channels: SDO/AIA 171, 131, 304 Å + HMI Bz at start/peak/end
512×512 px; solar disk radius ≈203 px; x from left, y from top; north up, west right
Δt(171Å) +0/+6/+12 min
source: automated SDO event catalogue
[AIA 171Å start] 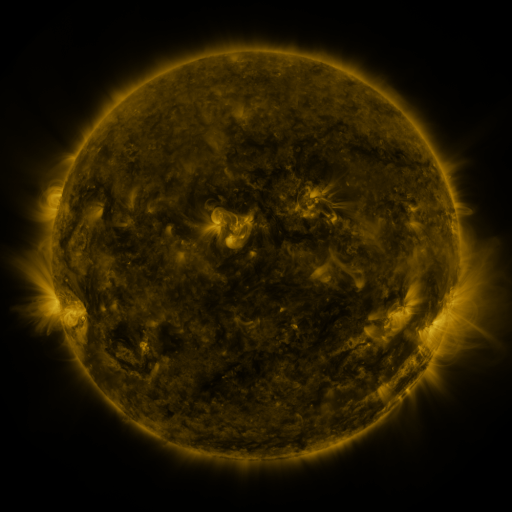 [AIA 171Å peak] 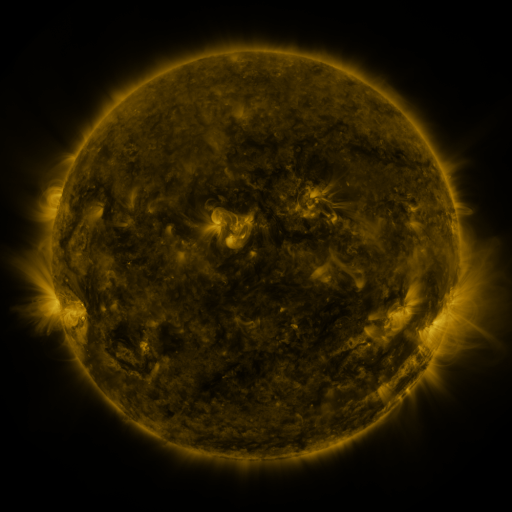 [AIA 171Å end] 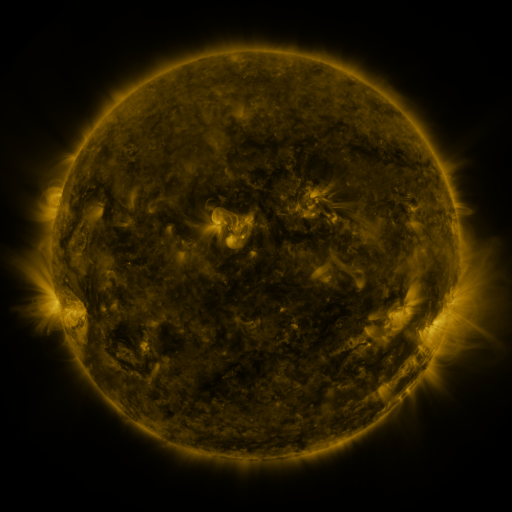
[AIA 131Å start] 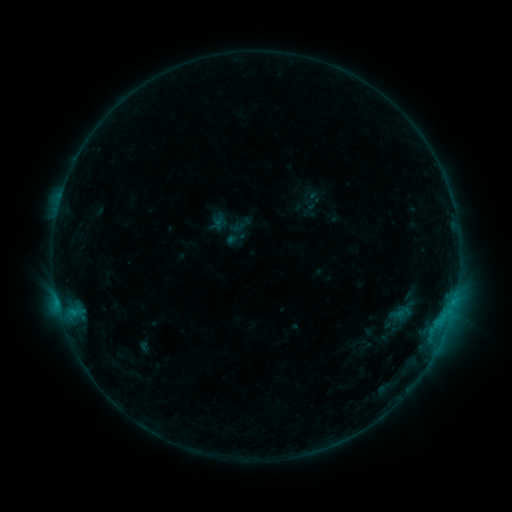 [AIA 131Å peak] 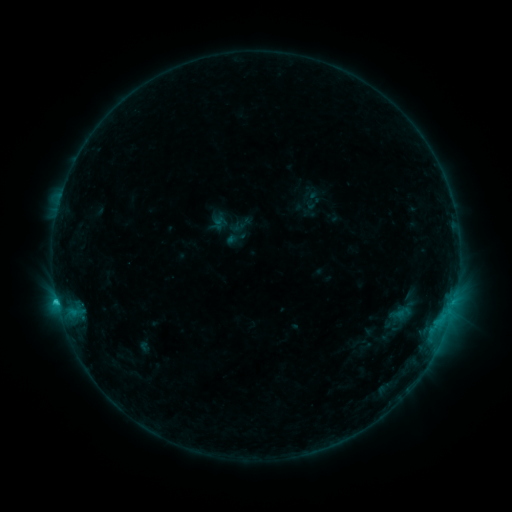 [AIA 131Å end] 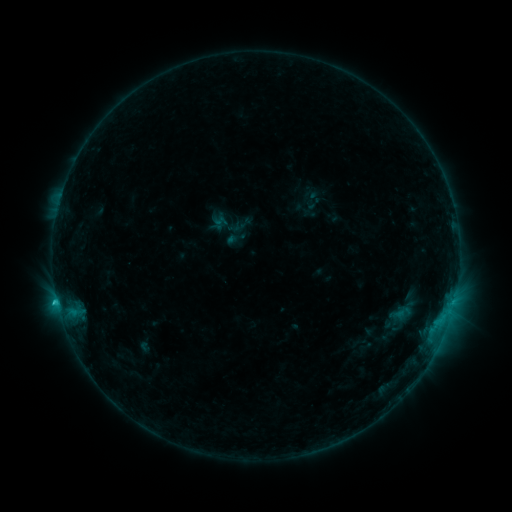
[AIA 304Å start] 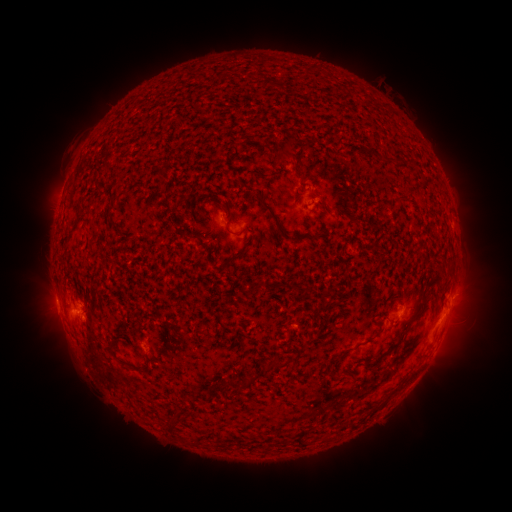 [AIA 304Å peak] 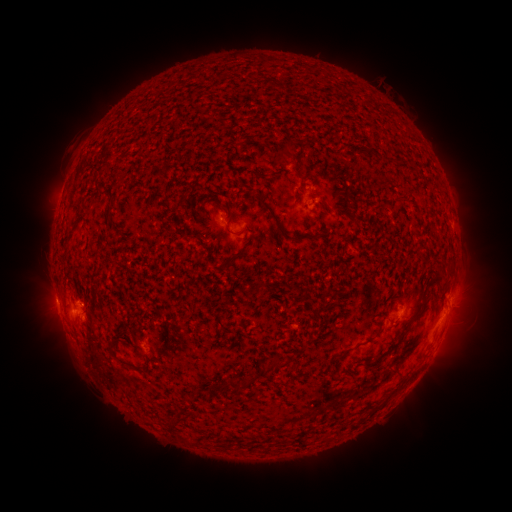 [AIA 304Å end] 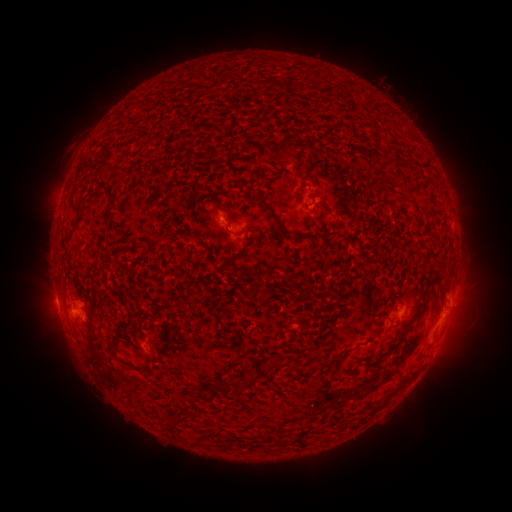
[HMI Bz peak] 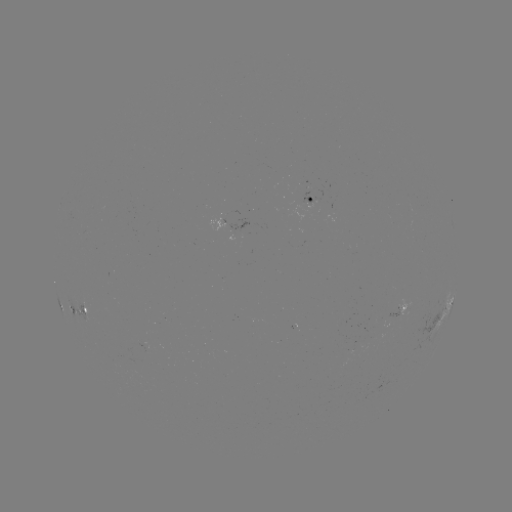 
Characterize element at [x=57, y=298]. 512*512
C1.1 flare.